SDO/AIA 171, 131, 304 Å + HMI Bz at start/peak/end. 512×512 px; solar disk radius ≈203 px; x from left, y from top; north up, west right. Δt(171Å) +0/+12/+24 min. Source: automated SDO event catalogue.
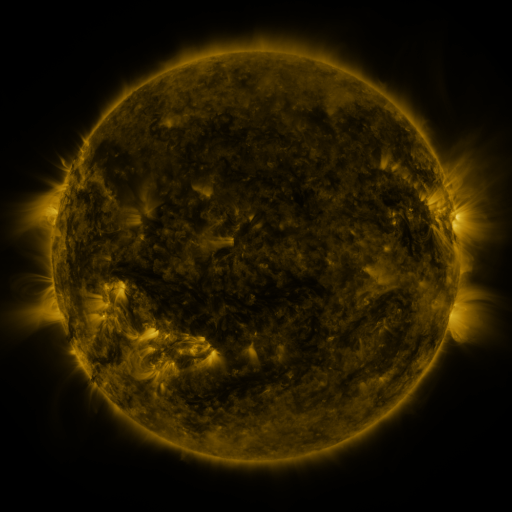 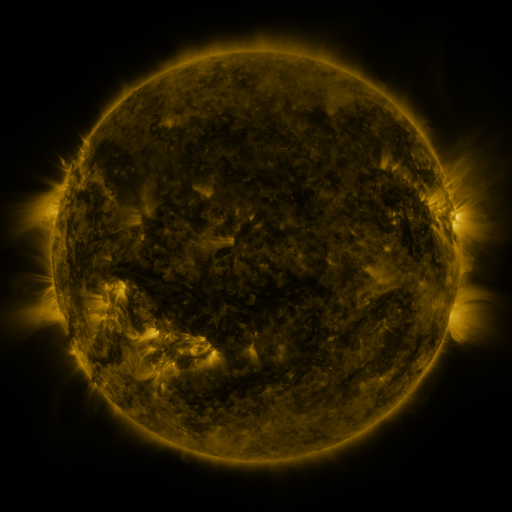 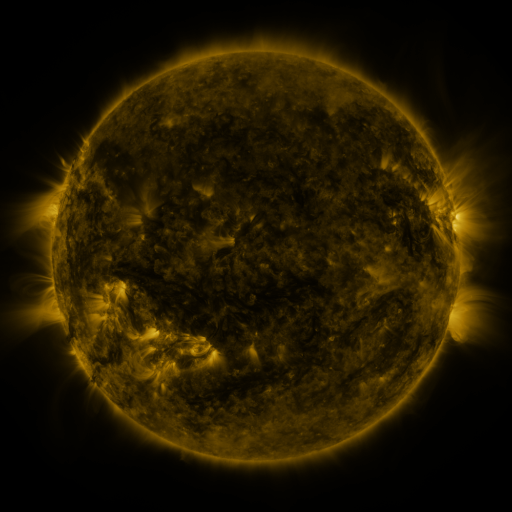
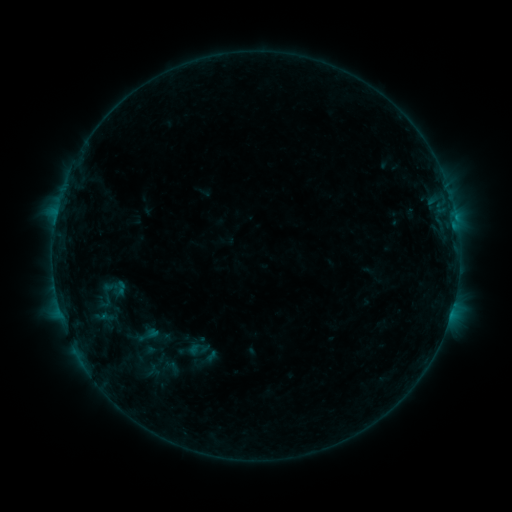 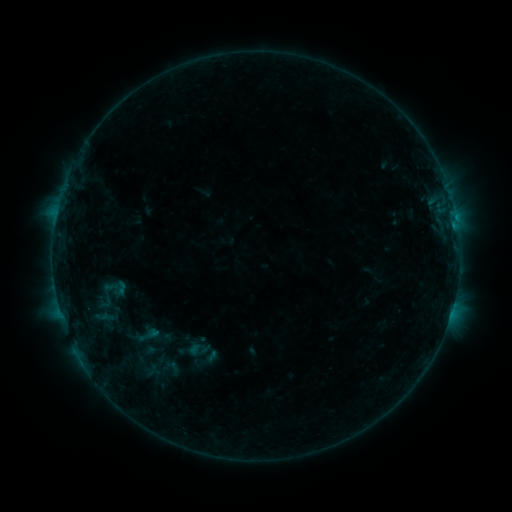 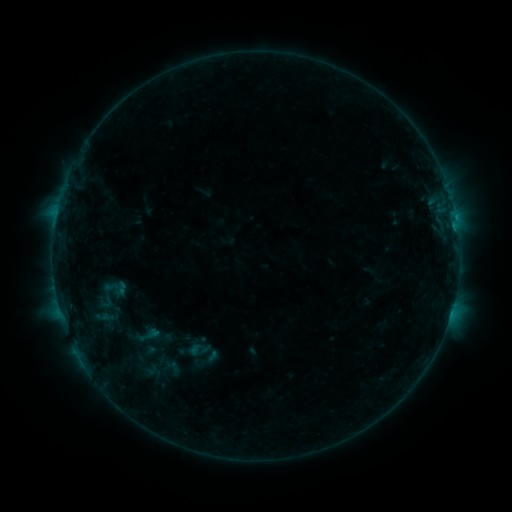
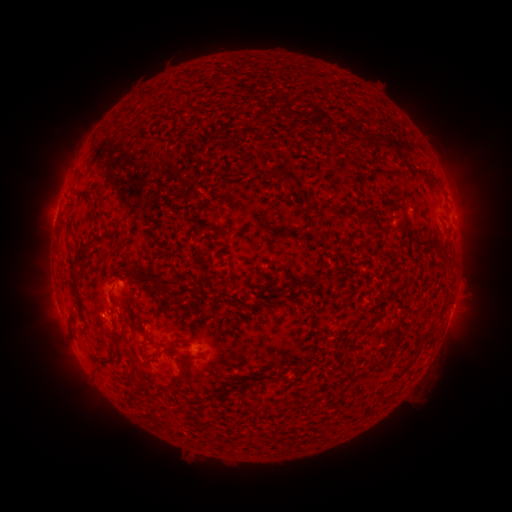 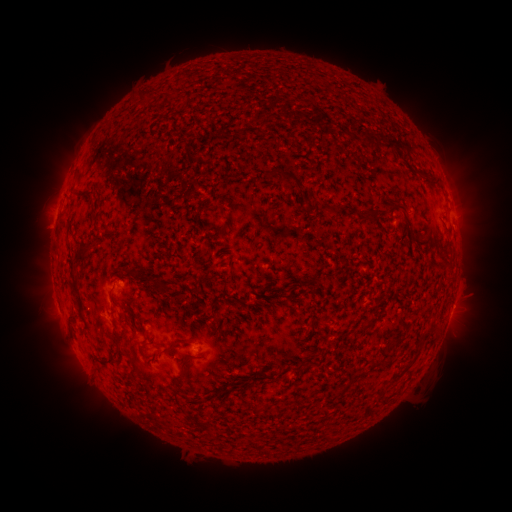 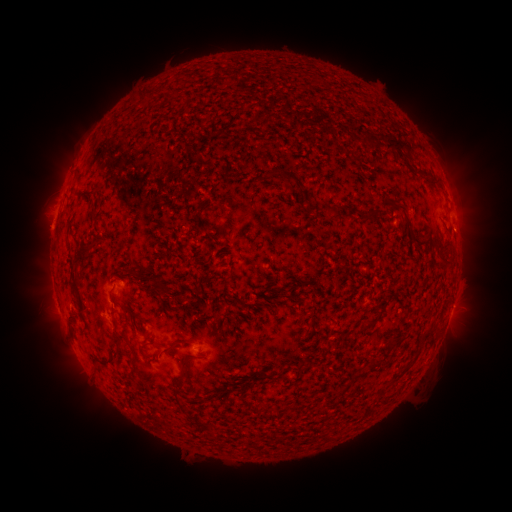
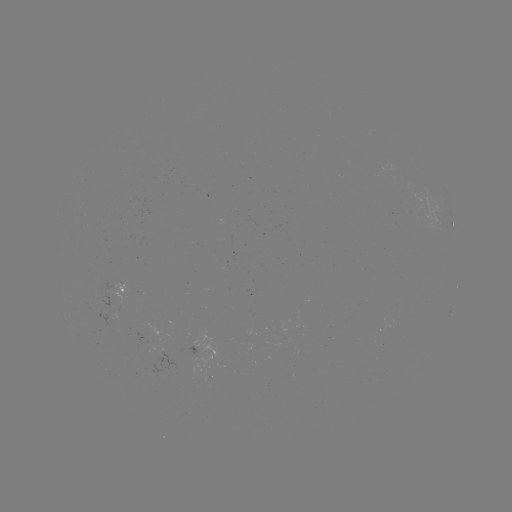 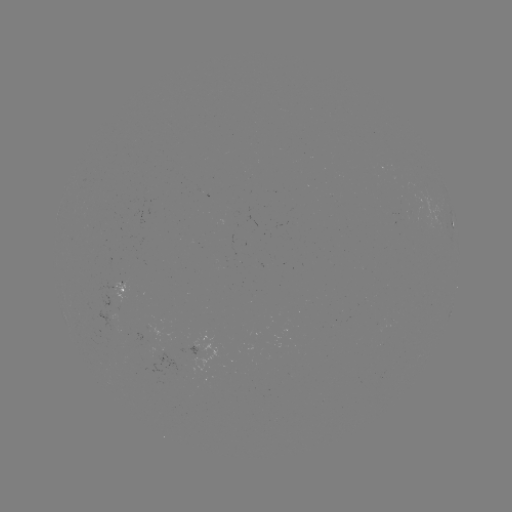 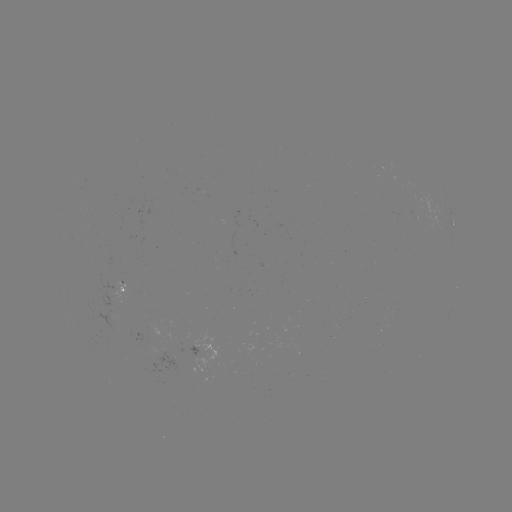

no flare in any classed list; no EUV-trigger detection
